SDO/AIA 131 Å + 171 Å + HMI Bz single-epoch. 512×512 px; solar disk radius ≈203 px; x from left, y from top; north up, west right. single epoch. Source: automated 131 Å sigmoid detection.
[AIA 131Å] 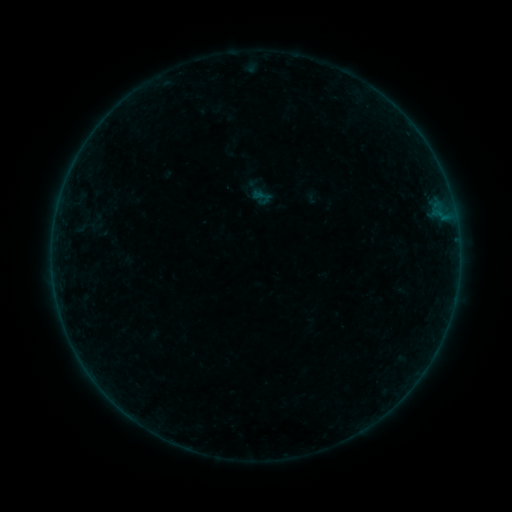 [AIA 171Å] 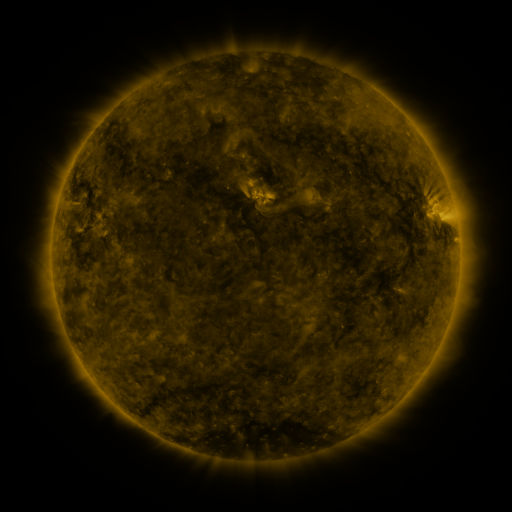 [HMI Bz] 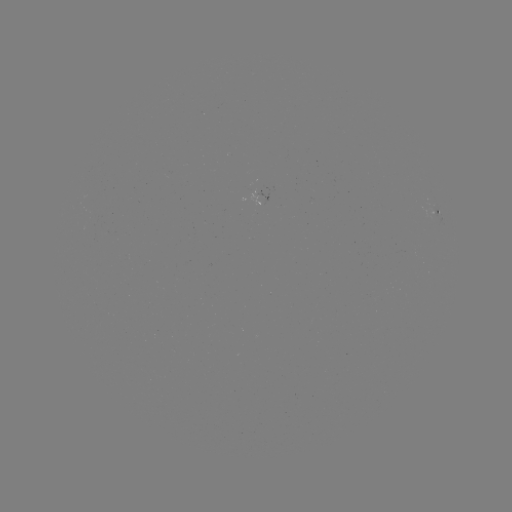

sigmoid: [250, 186, 272, 208]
